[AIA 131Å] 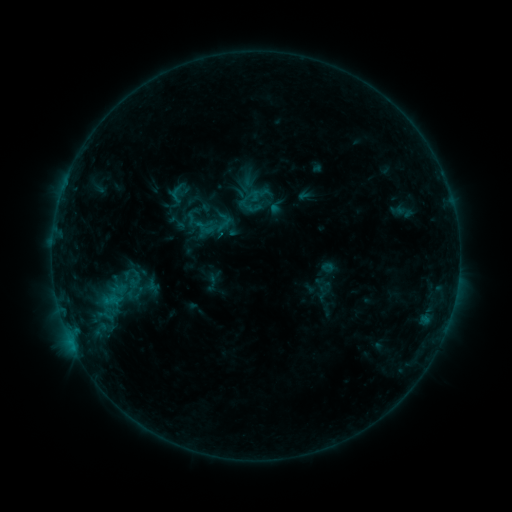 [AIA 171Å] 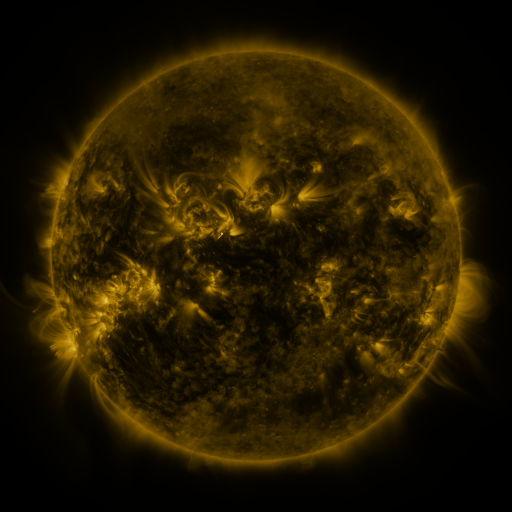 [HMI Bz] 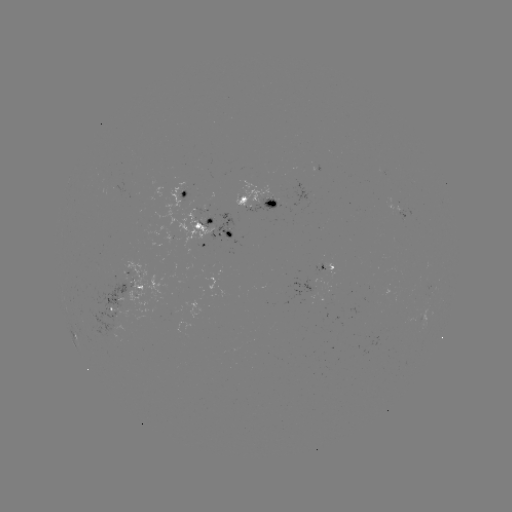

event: sigmoid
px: (204, 228)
